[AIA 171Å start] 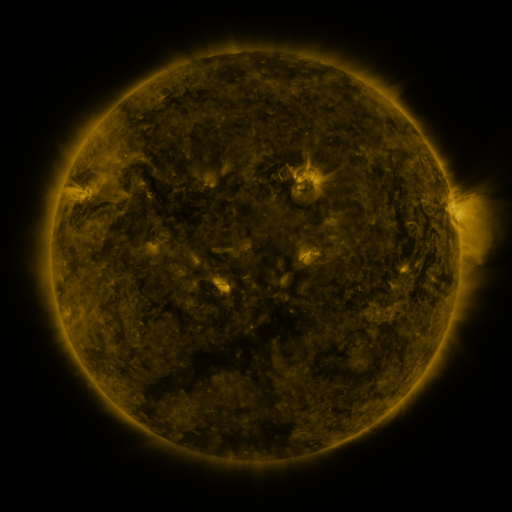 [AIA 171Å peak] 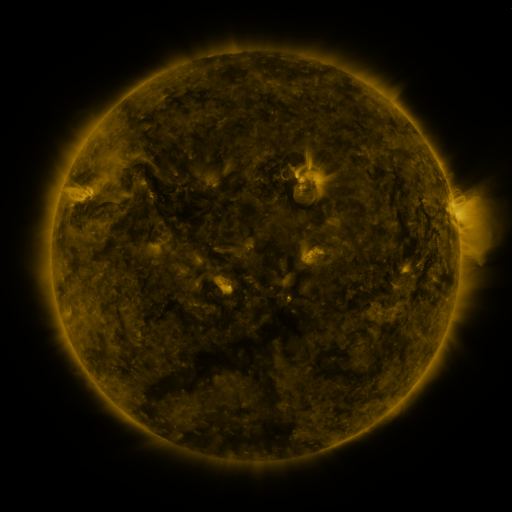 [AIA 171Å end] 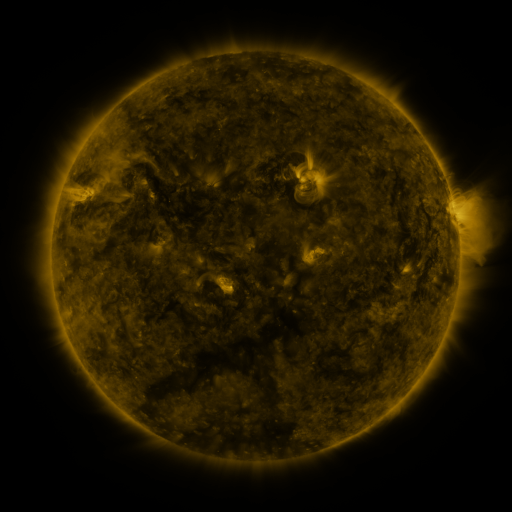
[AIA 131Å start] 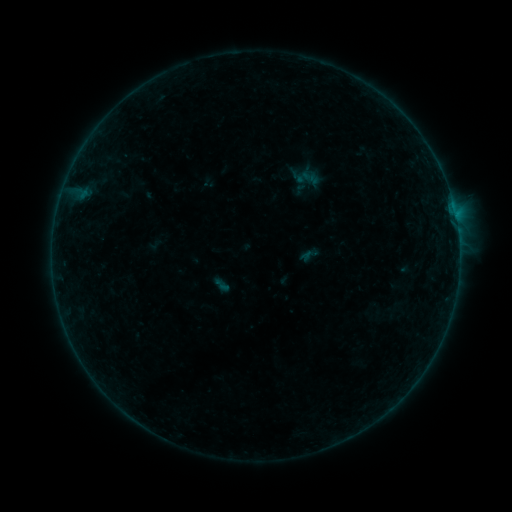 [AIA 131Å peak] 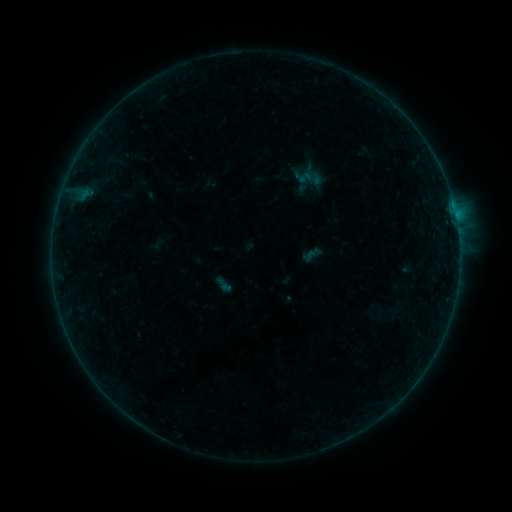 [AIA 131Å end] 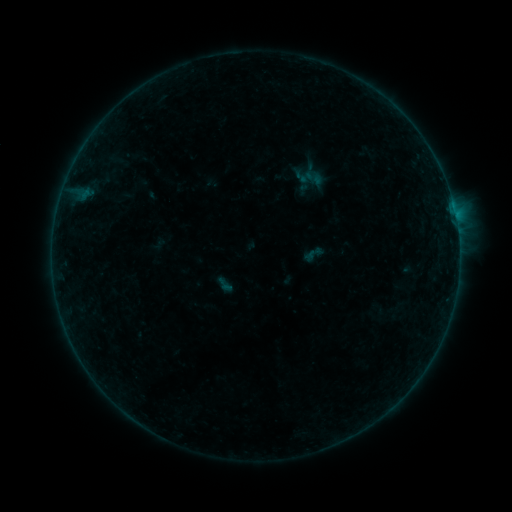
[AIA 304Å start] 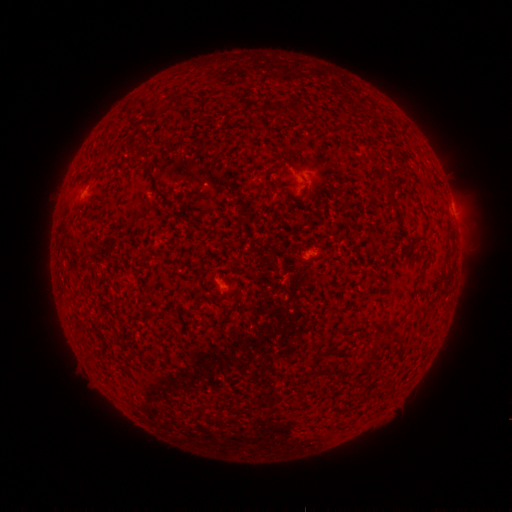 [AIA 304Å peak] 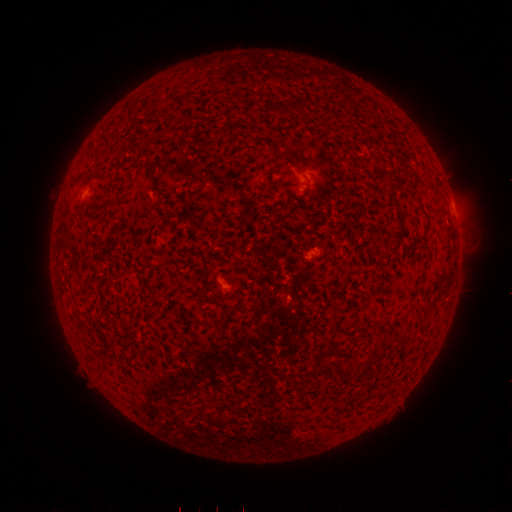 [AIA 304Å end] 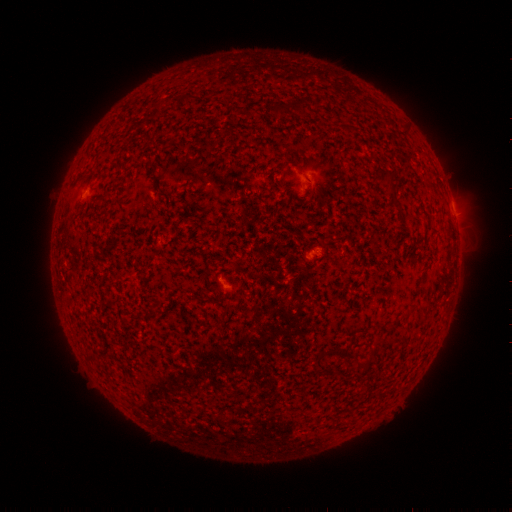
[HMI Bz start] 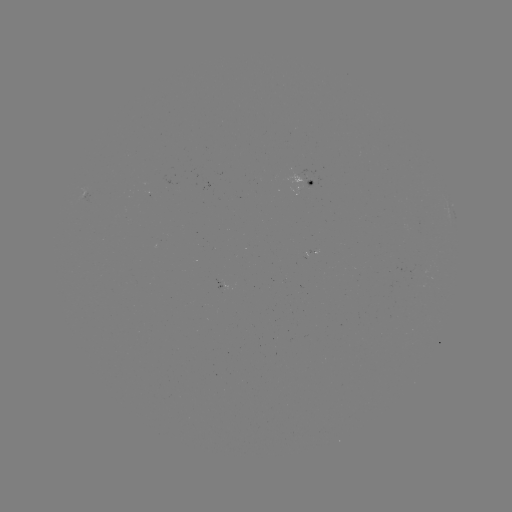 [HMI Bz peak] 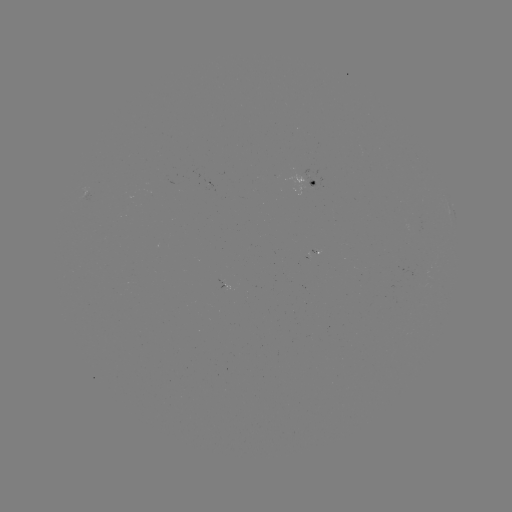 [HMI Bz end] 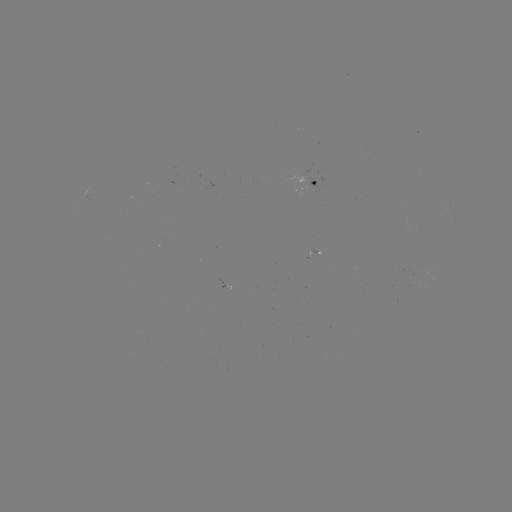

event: emerging-flux region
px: (301, 191)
